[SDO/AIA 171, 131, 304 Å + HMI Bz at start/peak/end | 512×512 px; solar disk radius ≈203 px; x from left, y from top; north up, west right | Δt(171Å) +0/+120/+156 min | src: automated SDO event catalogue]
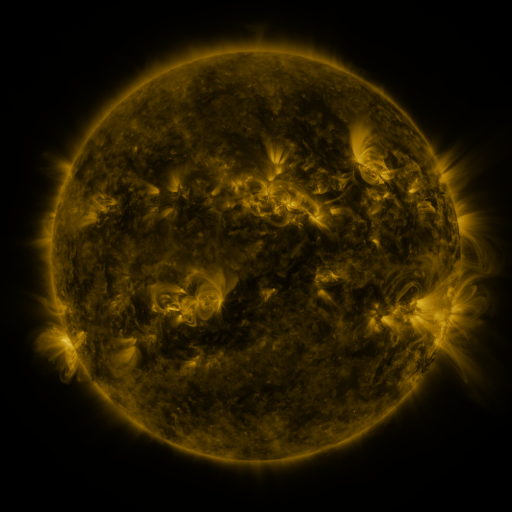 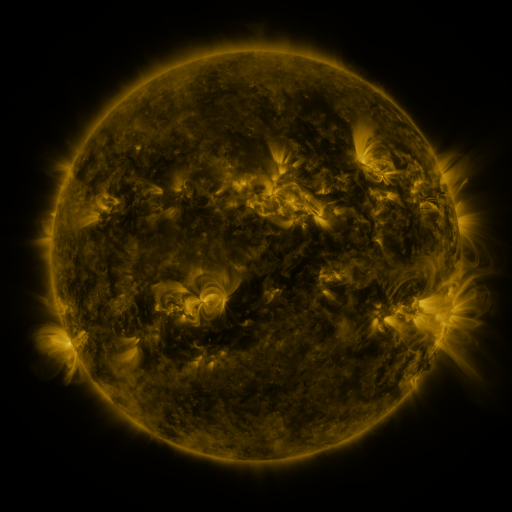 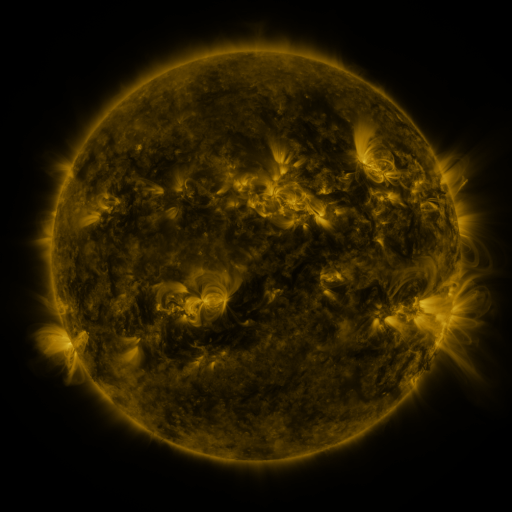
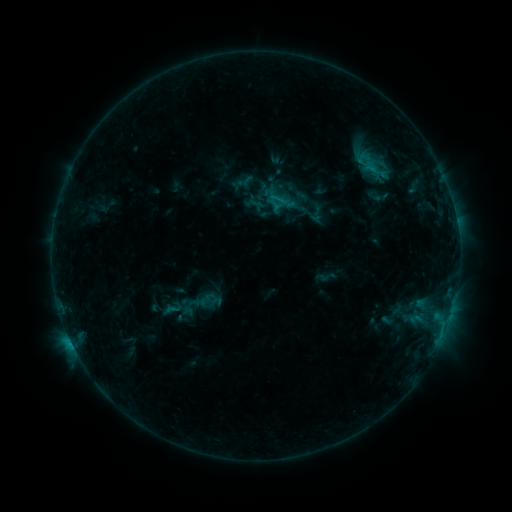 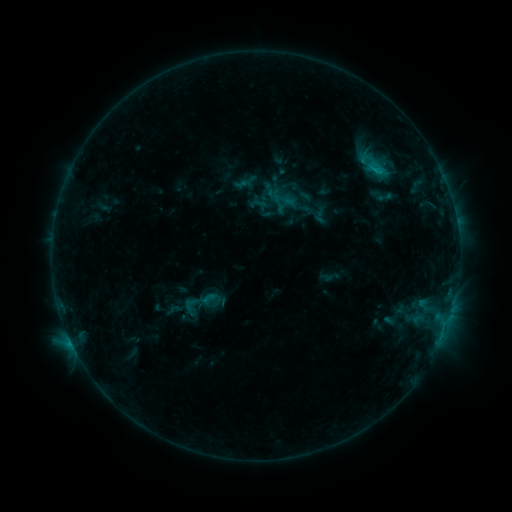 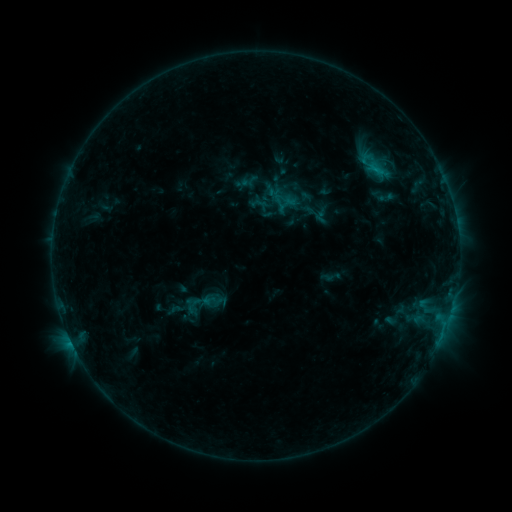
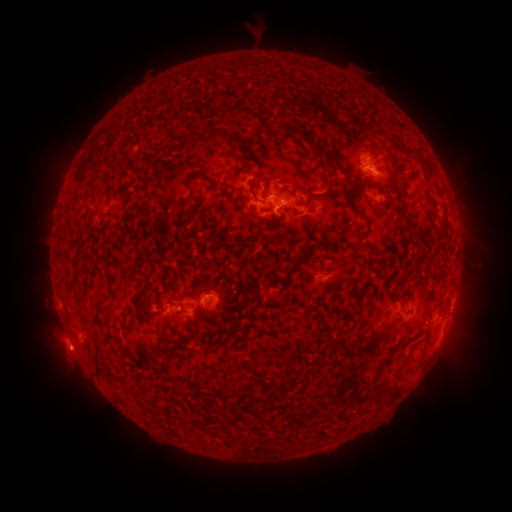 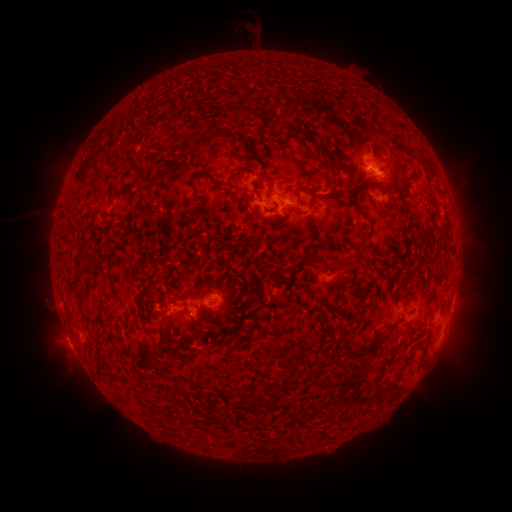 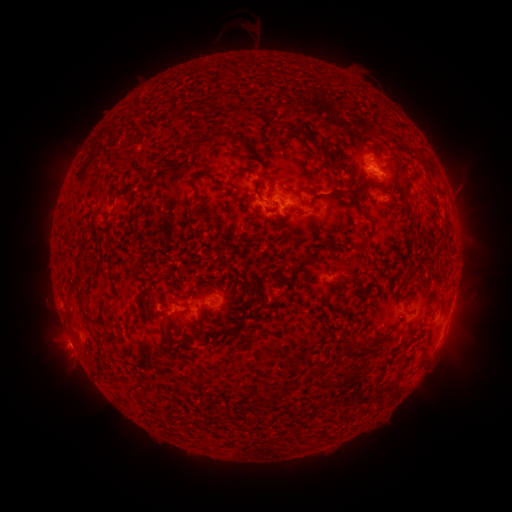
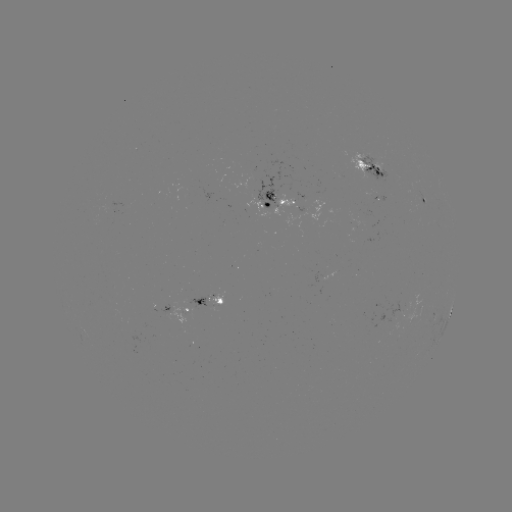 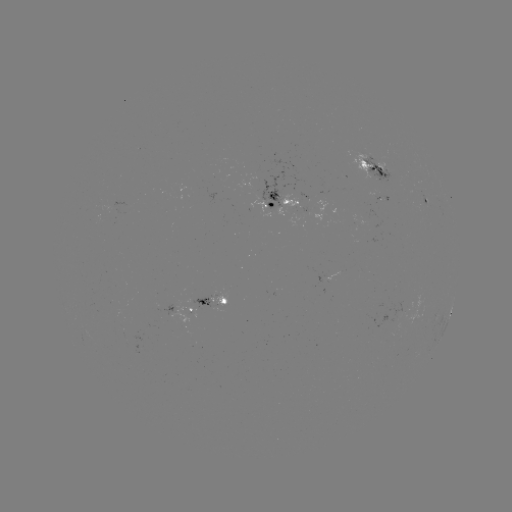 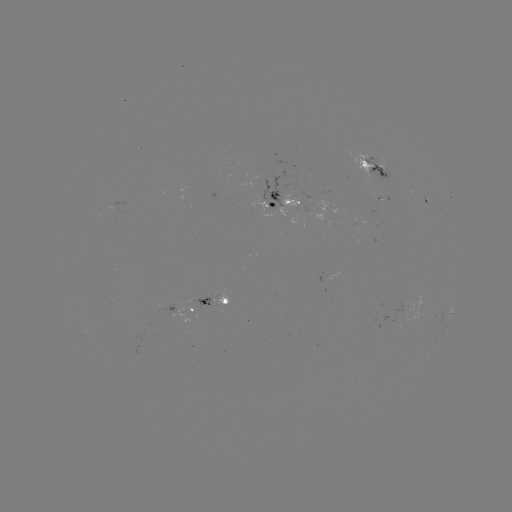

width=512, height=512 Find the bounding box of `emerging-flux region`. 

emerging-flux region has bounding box [349, 214, 356, 225].